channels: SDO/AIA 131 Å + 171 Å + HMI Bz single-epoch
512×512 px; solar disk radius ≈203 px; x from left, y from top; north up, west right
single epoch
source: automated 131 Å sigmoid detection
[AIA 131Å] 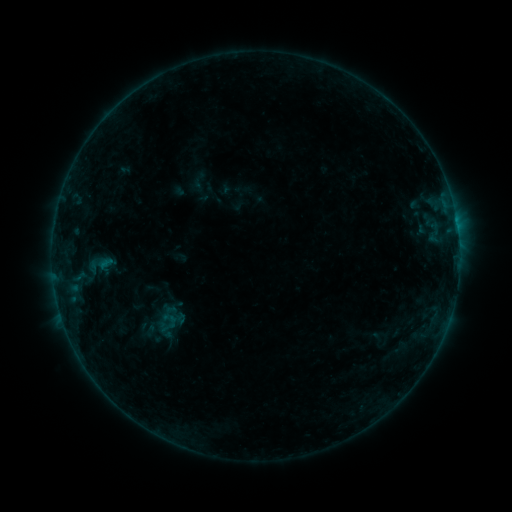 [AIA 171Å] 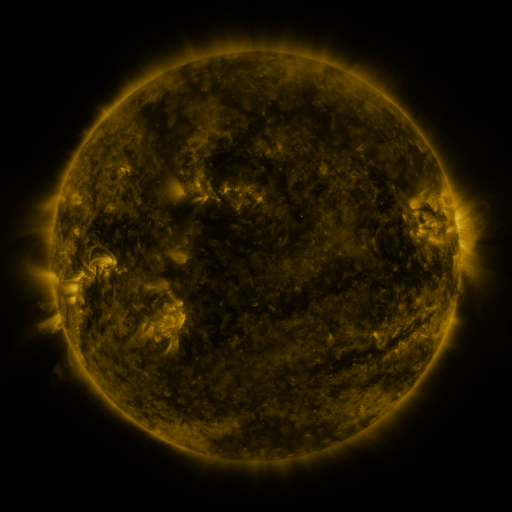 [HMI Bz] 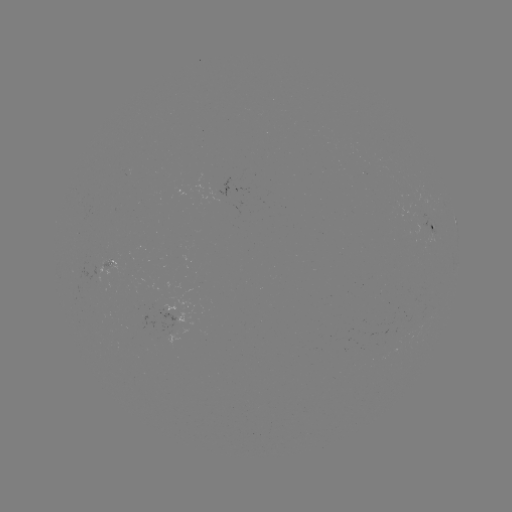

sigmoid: [146, 305, 188, 335]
